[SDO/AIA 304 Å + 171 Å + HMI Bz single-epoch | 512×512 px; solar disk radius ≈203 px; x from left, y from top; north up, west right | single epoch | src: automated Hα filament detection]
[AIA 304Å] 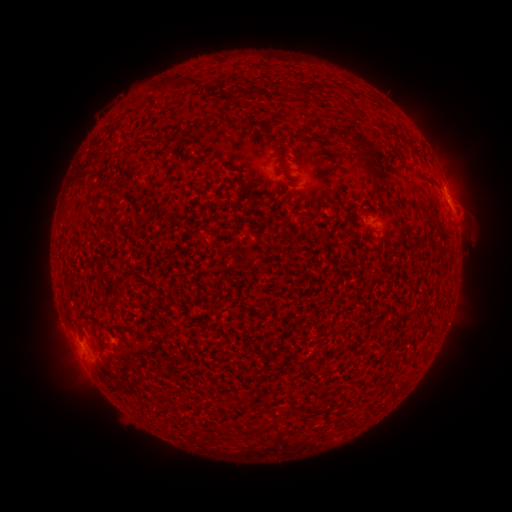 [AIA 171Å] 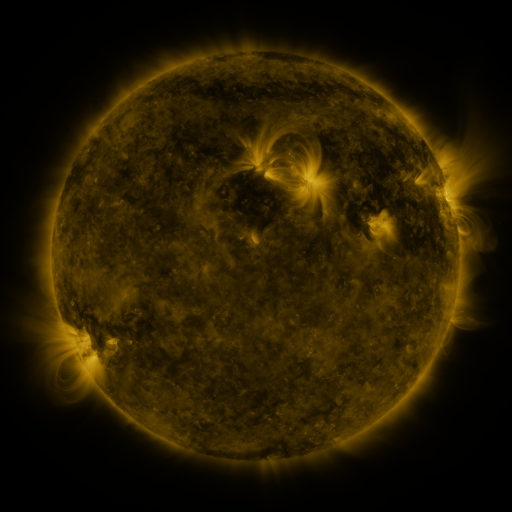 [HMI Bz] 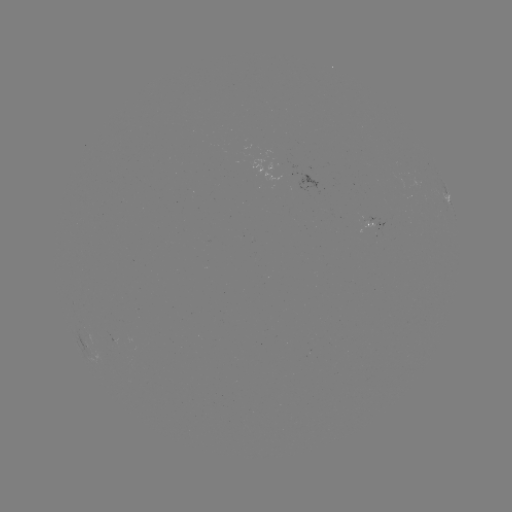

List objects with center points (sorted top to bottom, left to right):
filament: (170, 81)
filament: (316, 87)
filament: (252, 92)
filament: (370, 154)
filament: (207, 165)
filament: (284, 170)
filament: (241, 182)
filament: (251, 187)
filament: (81, 322)
filament: (226, 431)
